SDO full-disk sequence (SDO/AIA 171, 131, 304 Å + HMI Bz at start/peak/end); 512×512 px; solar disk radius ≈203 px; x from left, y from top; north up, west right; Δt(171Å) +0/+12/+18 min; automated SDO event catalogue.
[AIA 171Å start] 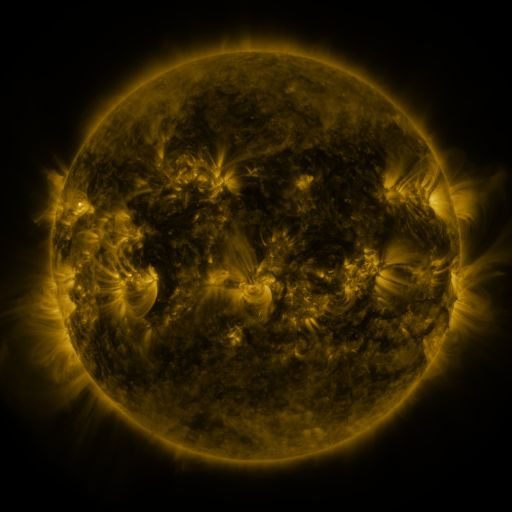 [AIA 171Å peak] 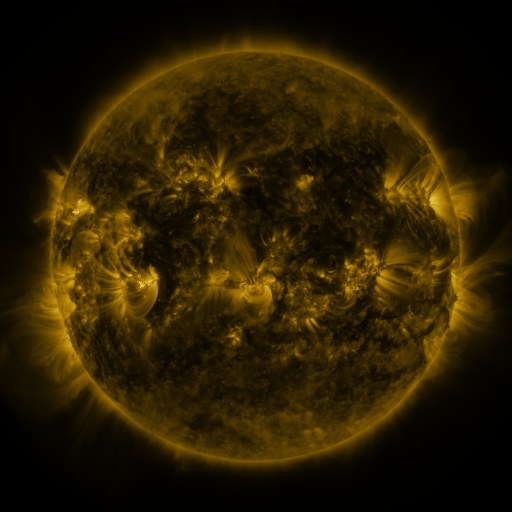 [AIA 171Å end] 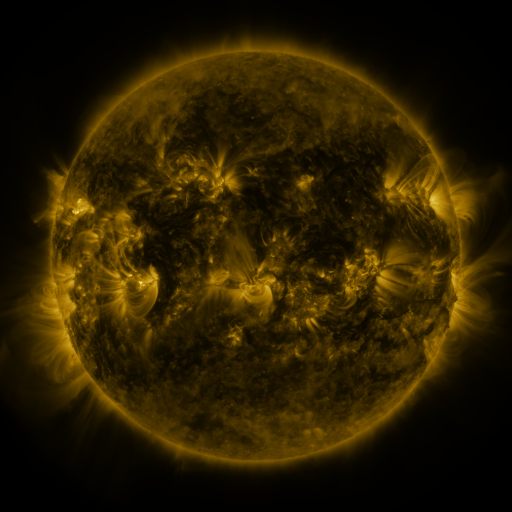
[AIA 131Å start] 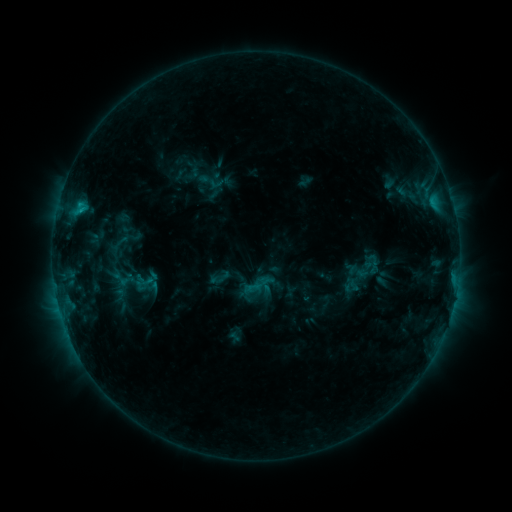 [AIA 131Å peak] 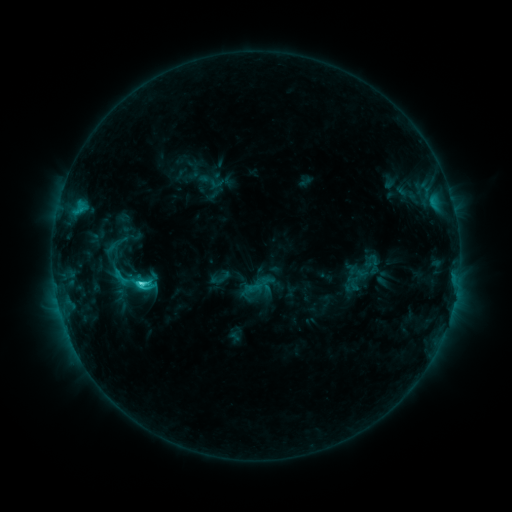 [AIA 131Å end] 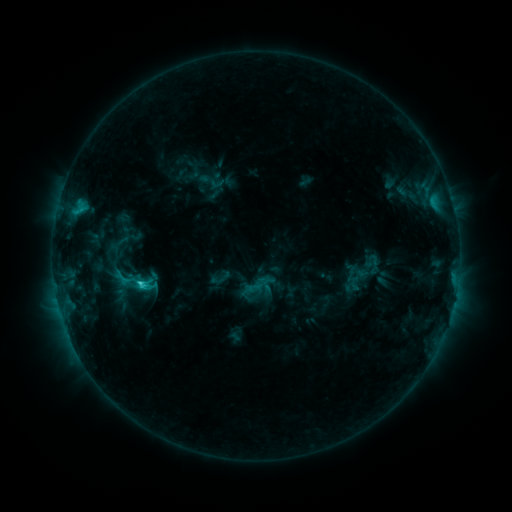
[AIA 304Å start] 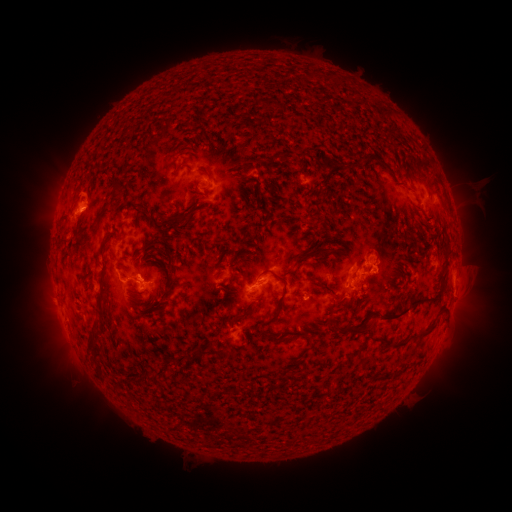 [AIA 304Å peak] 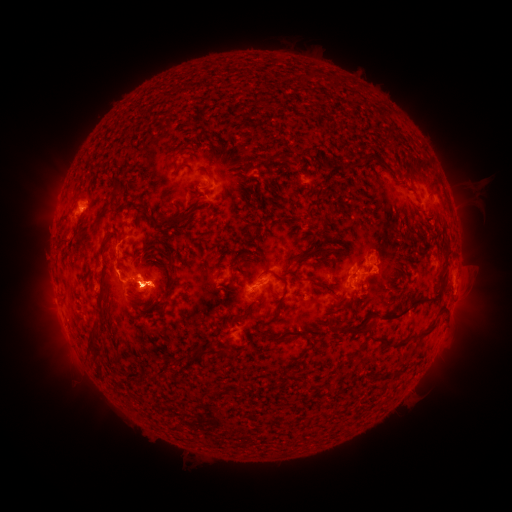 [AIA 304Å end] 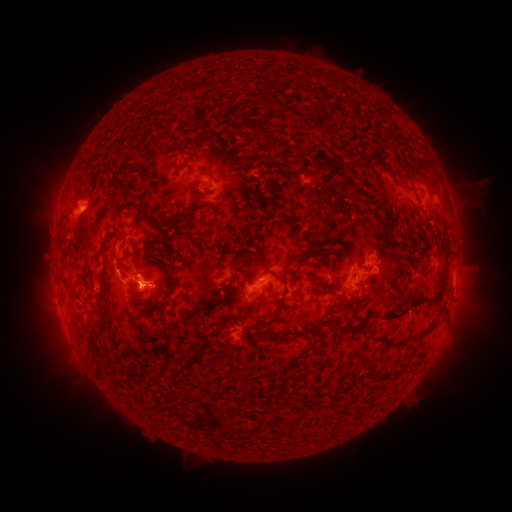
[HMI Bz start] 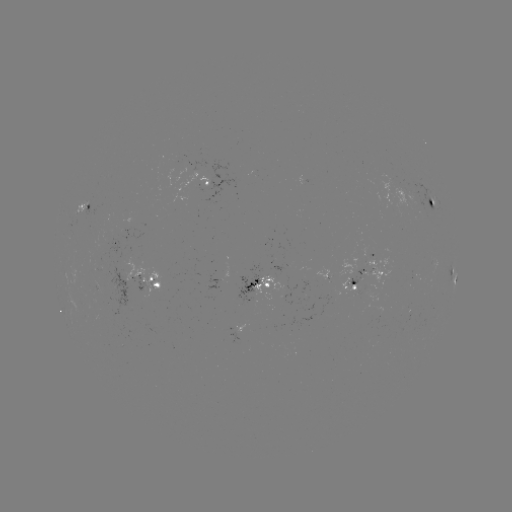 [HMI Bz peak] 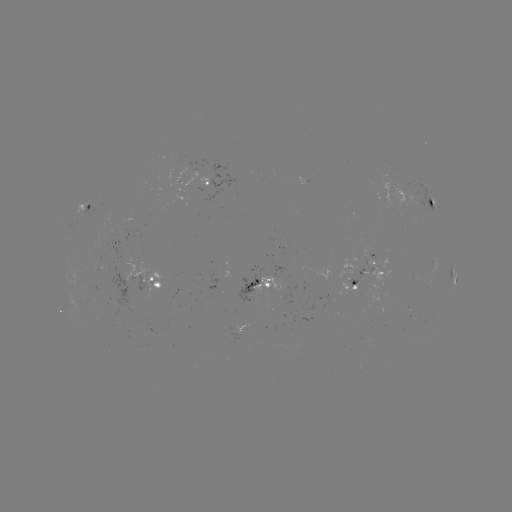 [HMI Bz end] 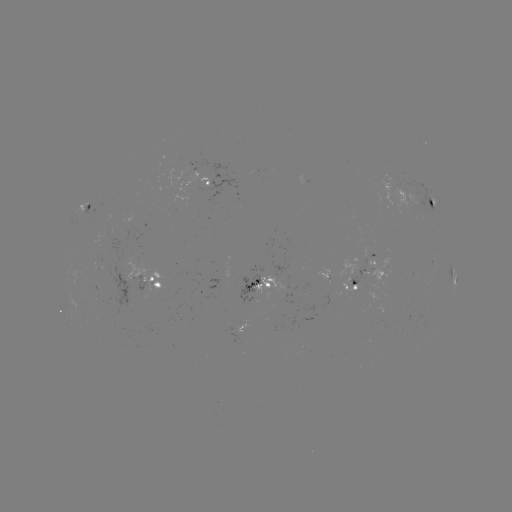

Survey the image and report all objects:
C3.1 flare: (142, 281)
